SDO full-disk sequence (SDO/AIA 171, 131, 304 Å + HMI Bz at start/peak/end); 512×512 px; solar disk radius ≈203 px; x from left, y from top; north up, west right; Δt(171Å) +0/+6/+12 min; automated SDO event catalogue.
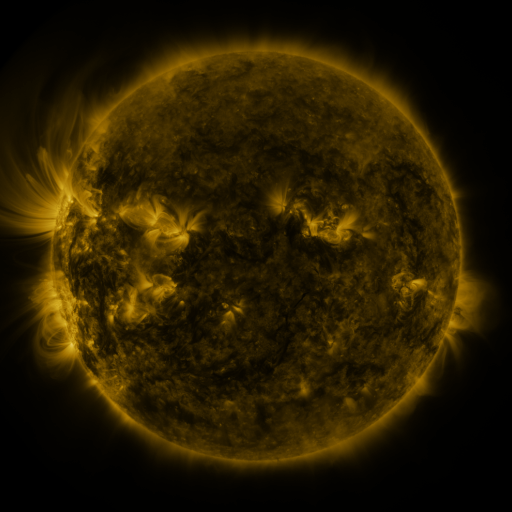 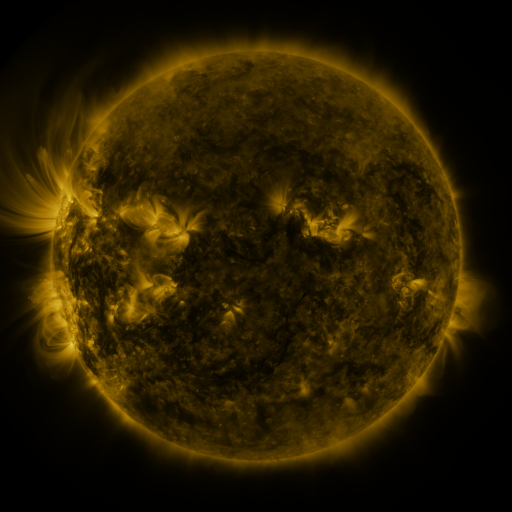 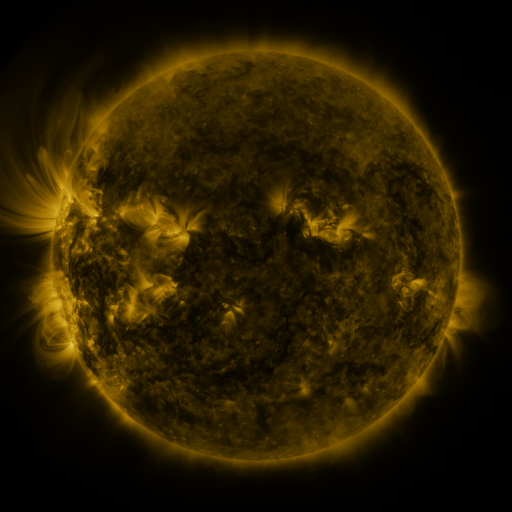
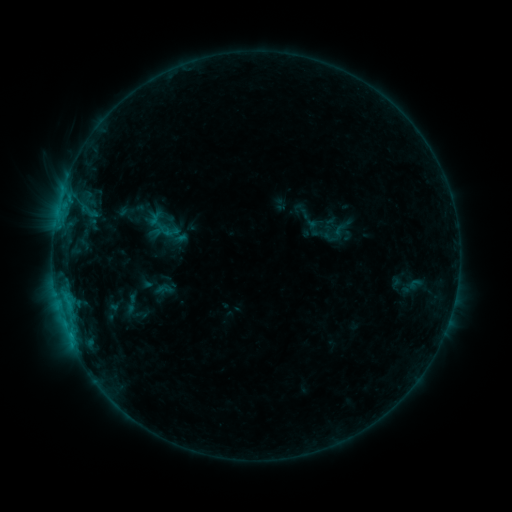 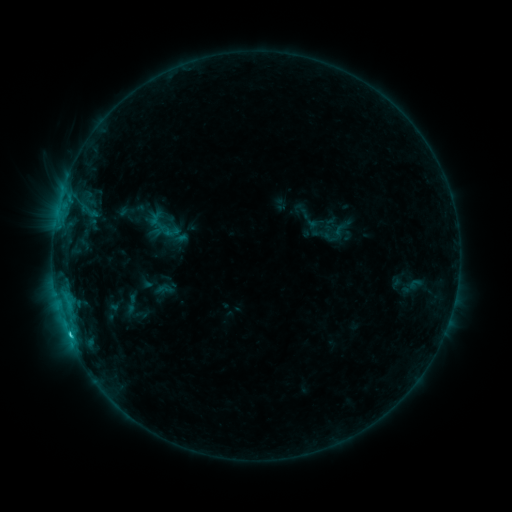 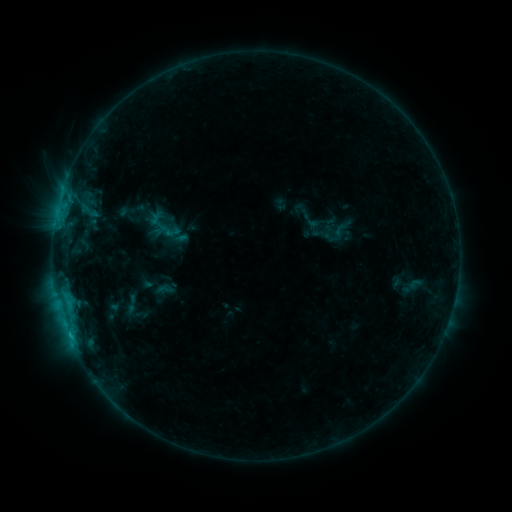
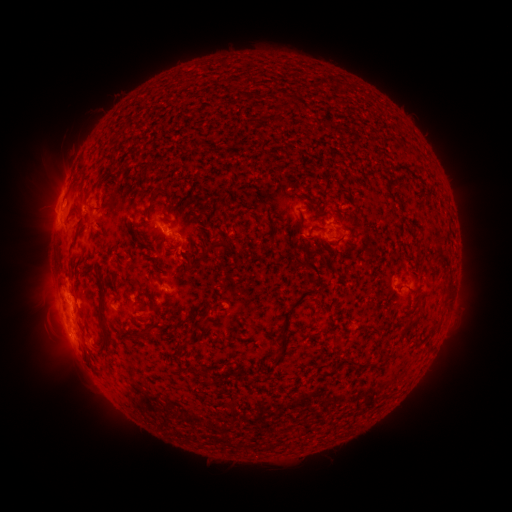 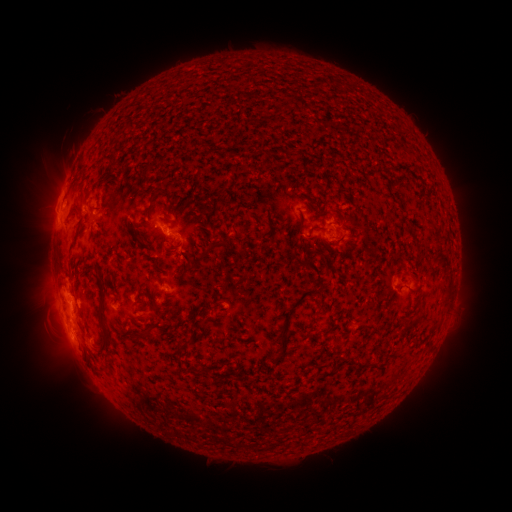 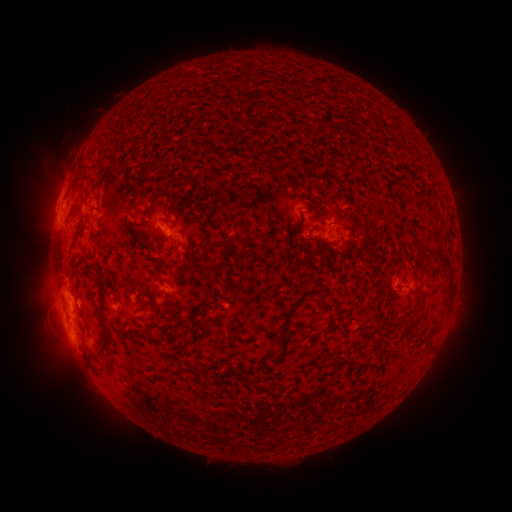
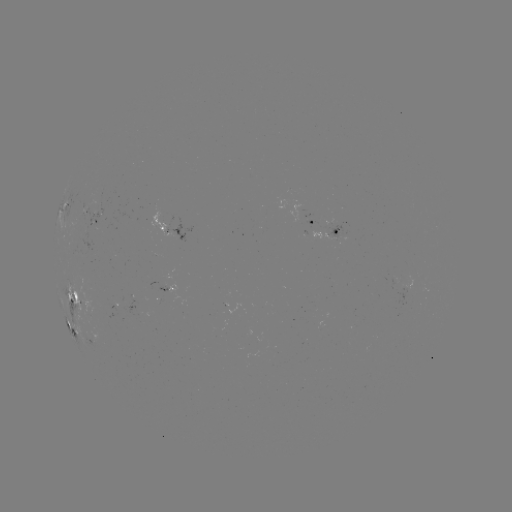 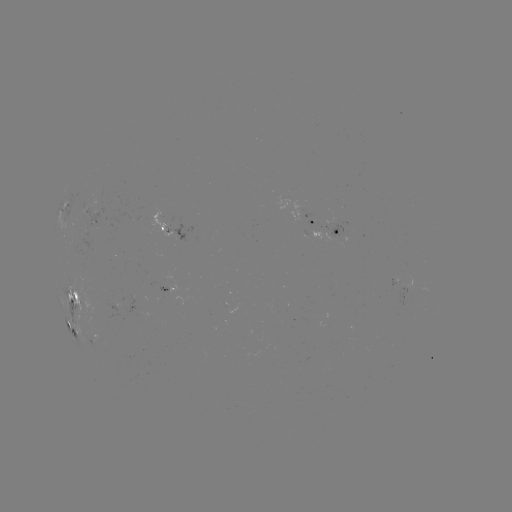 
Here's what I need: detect C1.2 flare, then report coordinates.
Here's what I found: C1.2 flare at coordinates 70,333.